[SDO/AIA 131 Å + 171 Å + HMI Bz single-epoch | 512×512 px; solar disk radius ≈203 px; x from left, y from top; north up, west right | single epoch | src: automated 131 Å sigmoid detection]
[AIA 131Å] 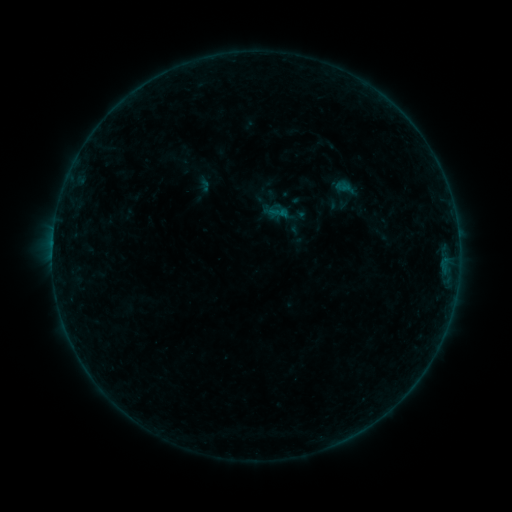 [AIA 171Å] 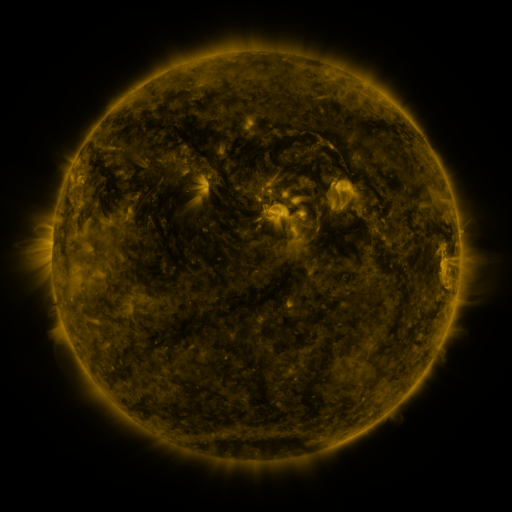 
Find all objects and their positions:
sigmoid: <bbox>268, 202, 290, 224</bbox>
